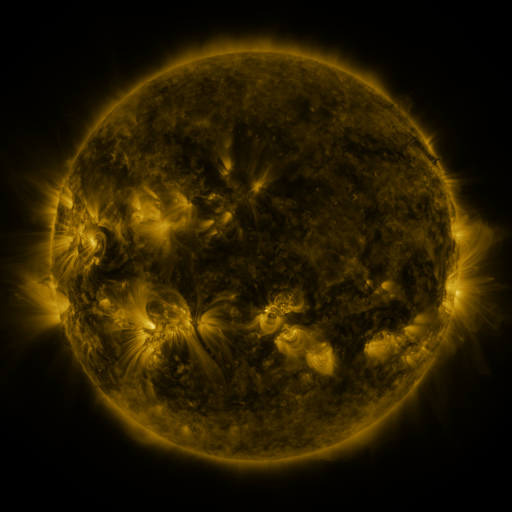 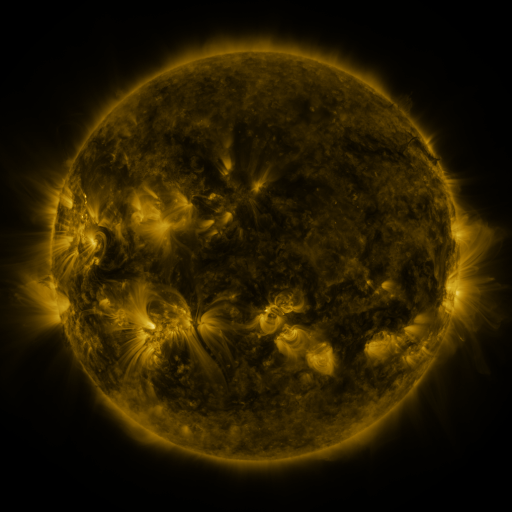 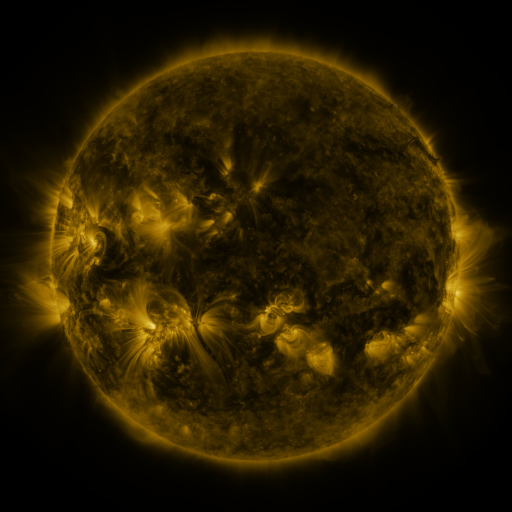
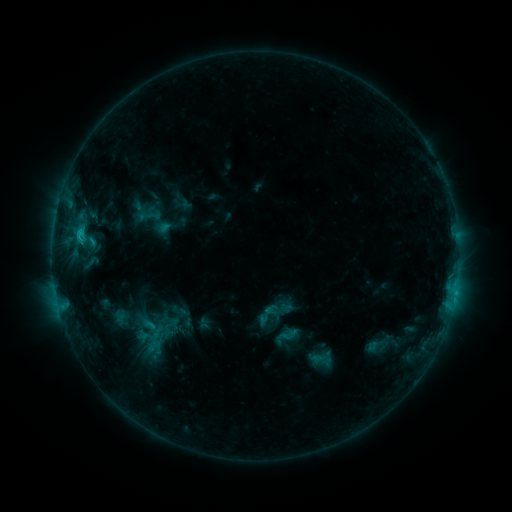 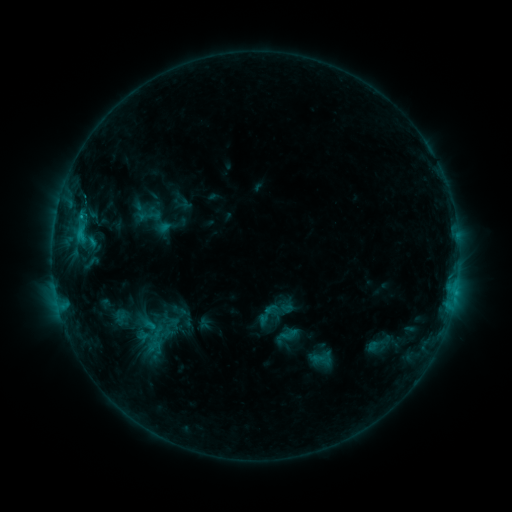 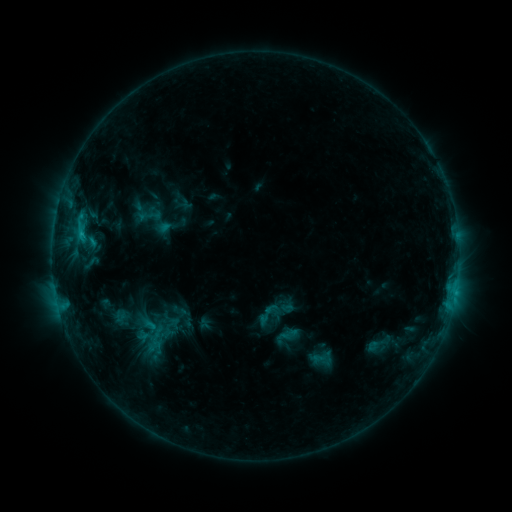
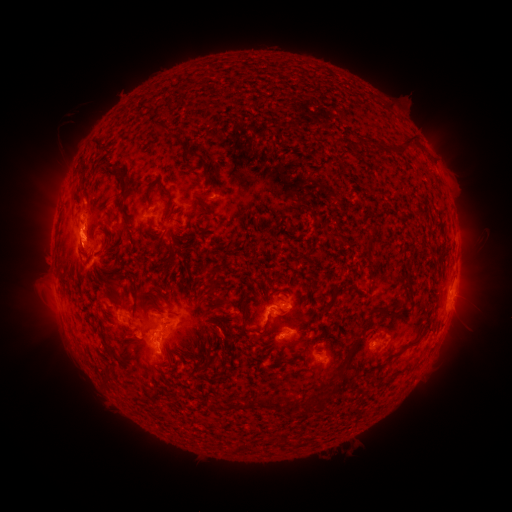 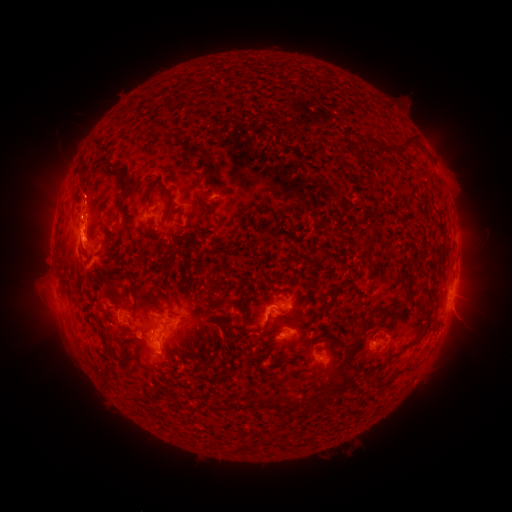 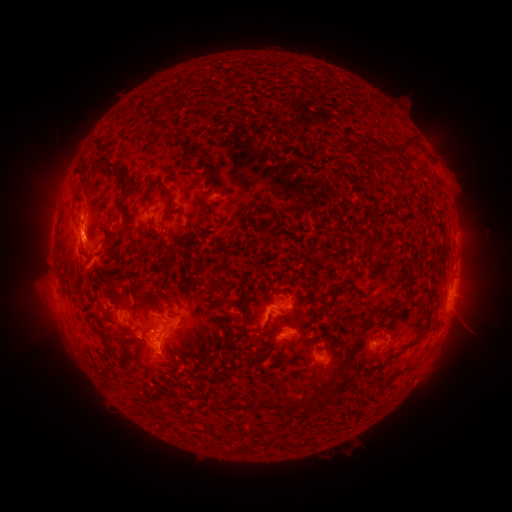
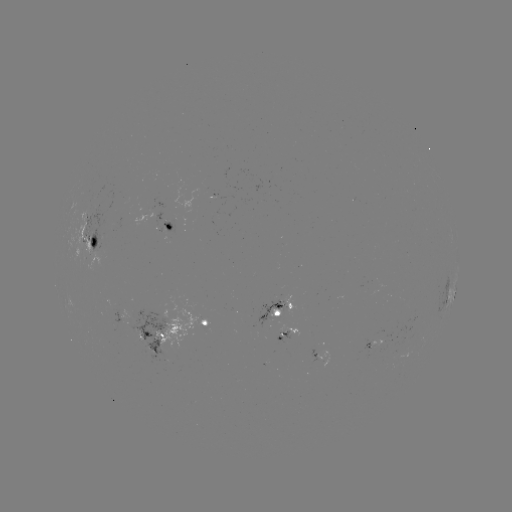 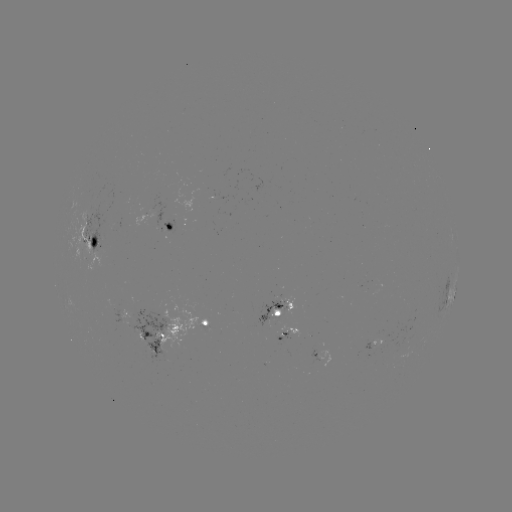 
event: eruption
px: (86, 194)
